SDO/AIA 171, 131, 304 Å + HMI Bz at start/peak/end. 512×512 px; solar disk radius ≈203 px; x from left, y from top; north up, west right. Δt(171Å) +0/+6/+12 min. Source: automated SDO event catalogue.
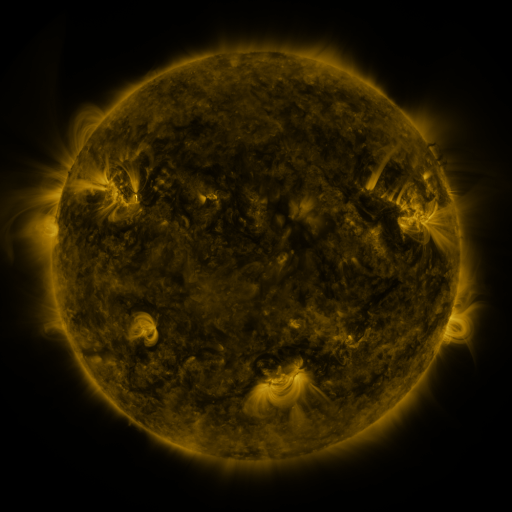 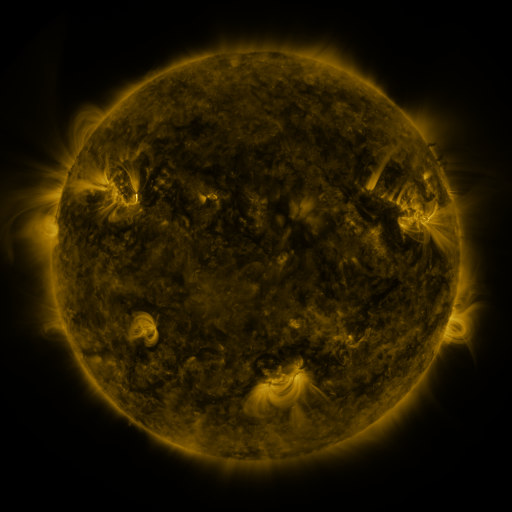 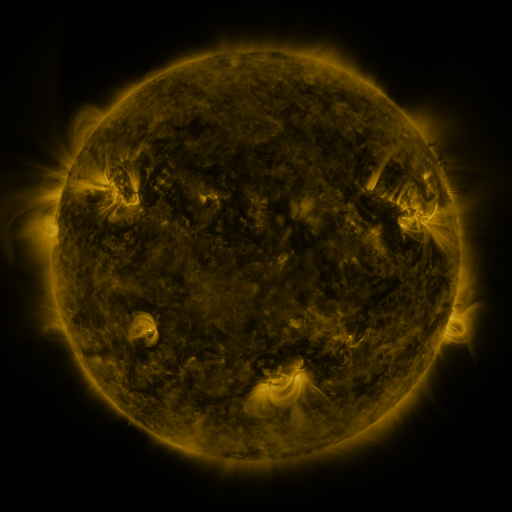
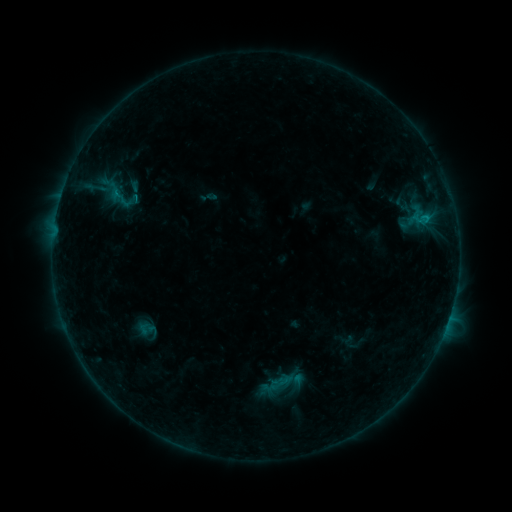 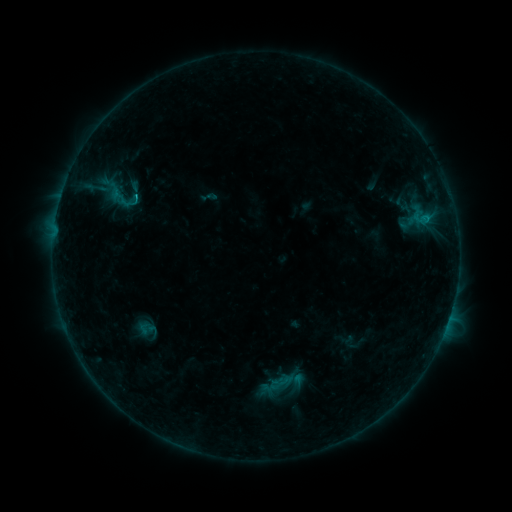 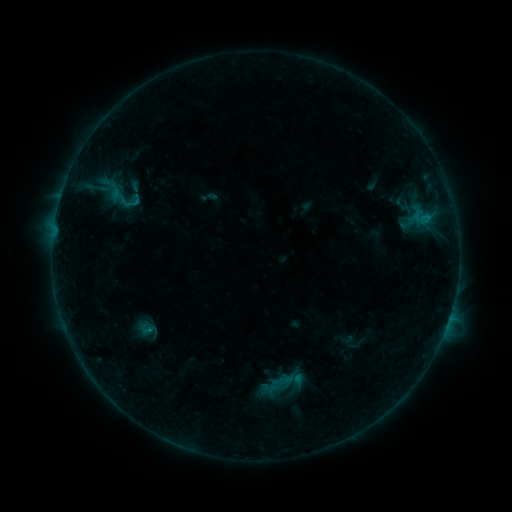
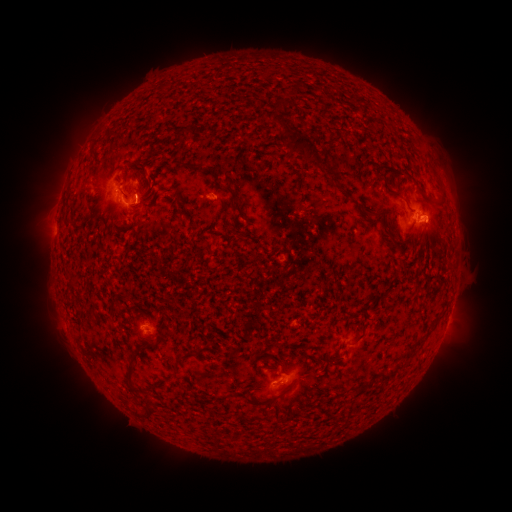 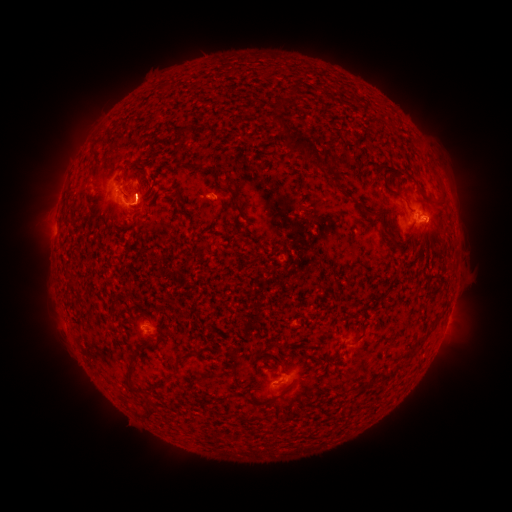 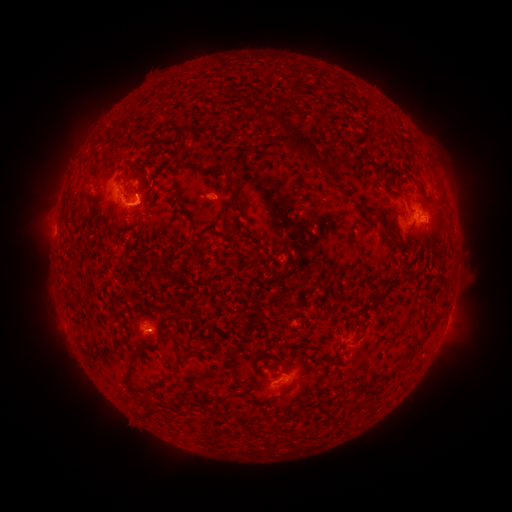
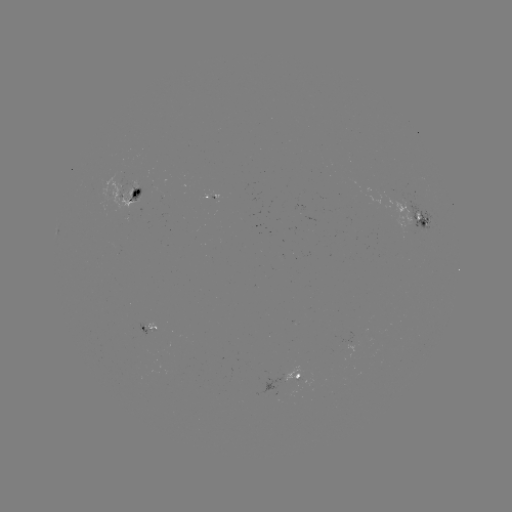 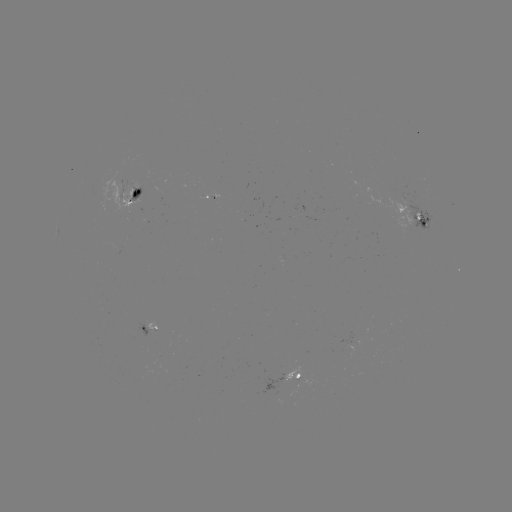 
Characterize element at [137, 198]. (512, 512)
B8.7 flare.